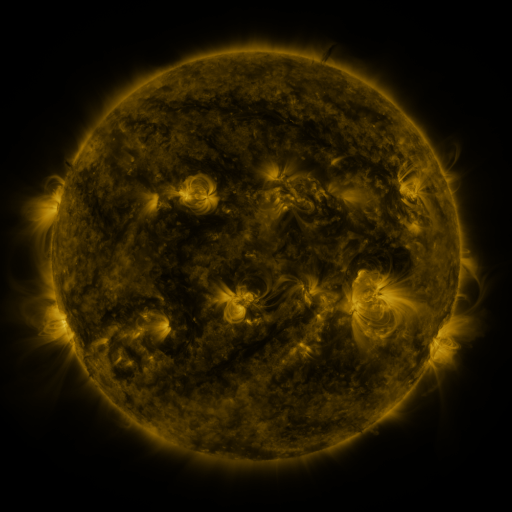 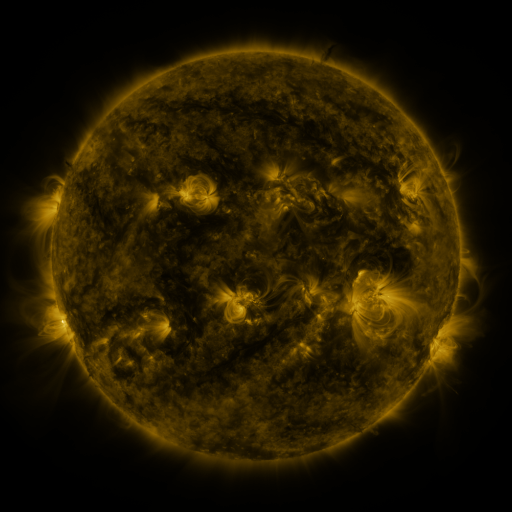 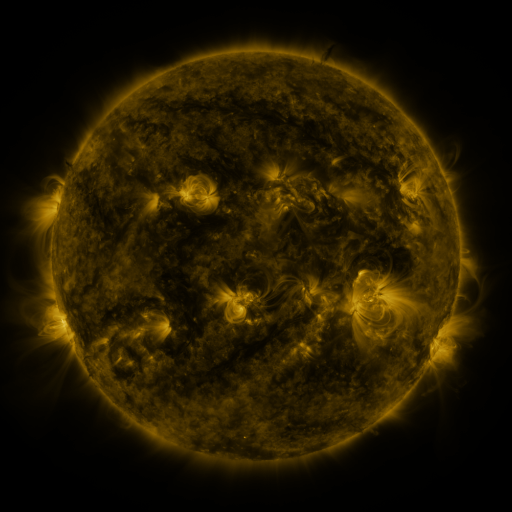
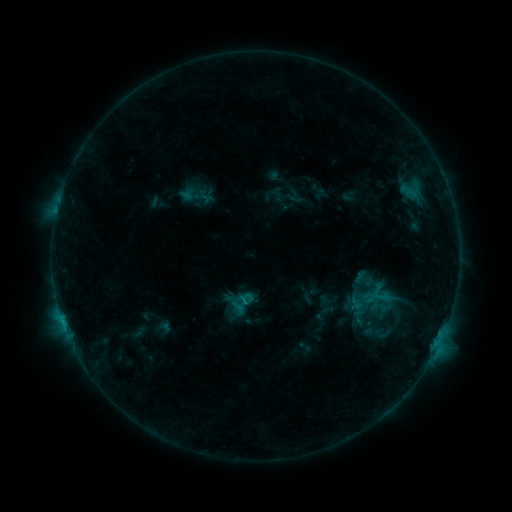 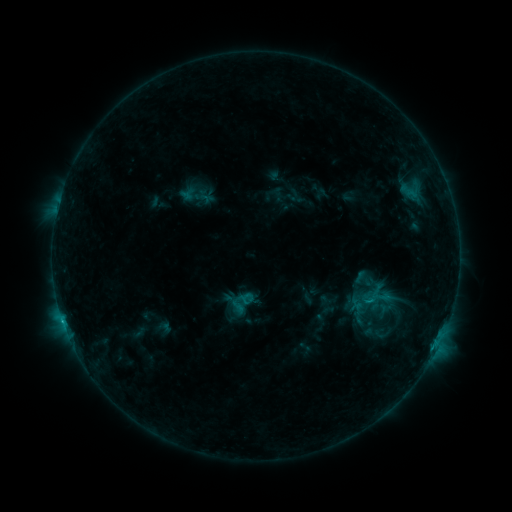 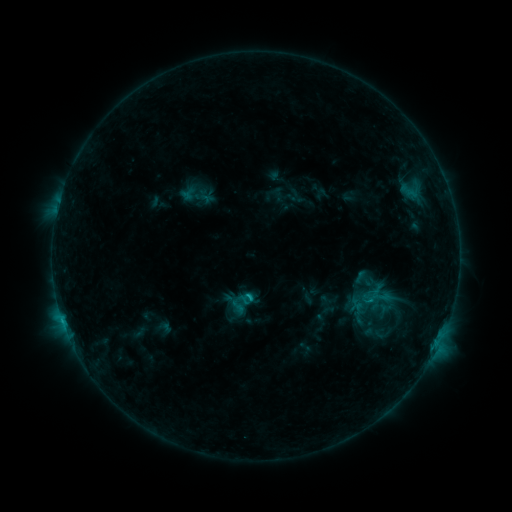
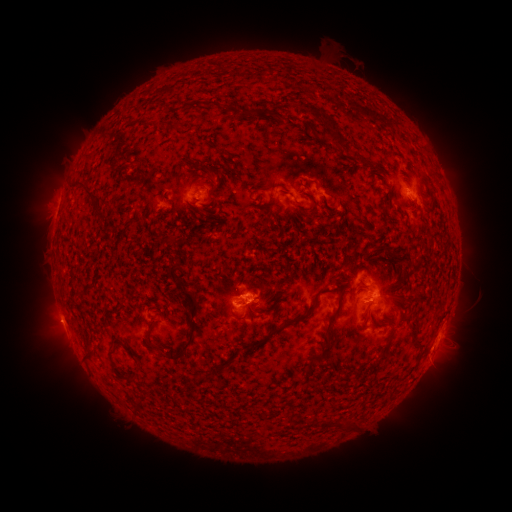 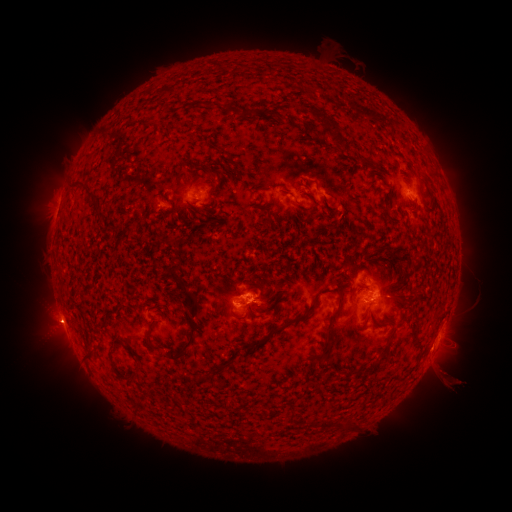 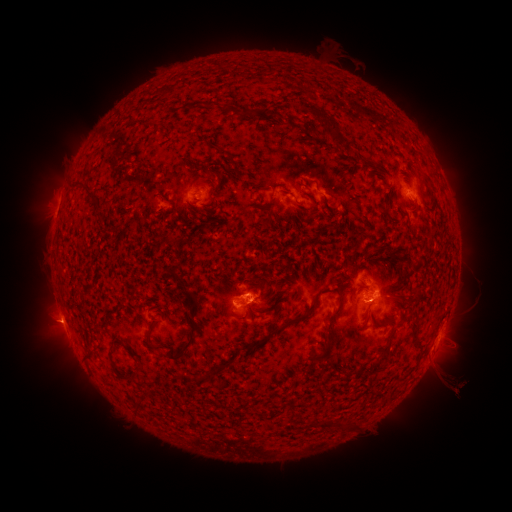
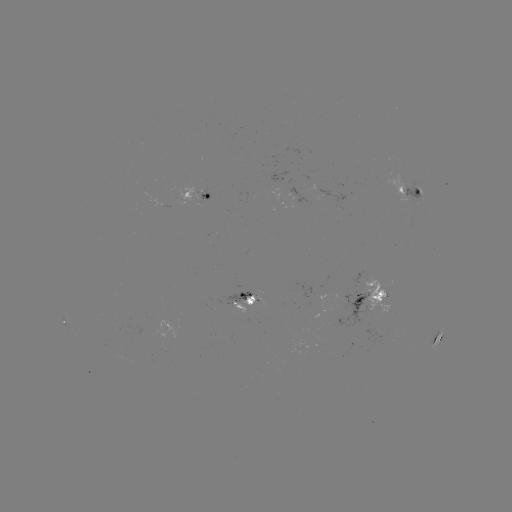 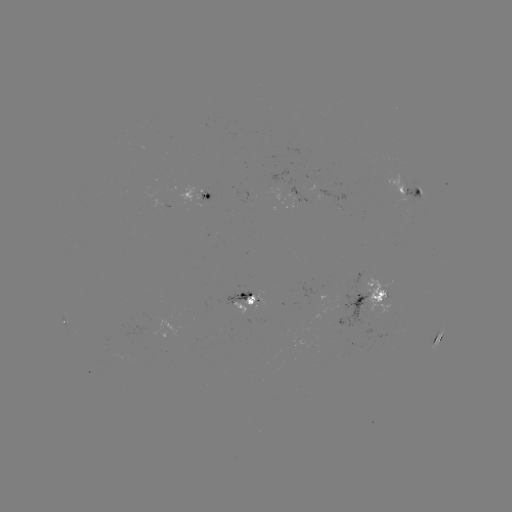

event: eruption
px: (447, 378)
